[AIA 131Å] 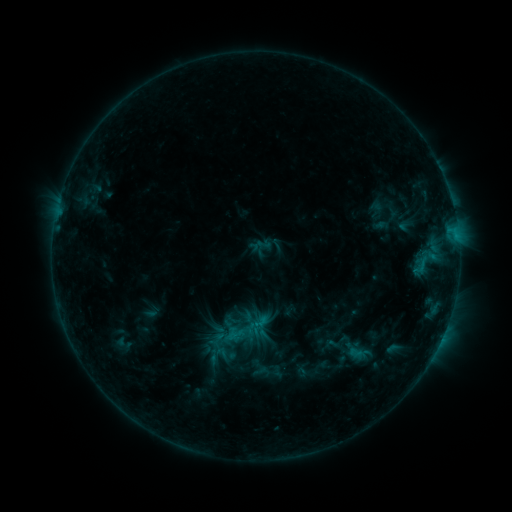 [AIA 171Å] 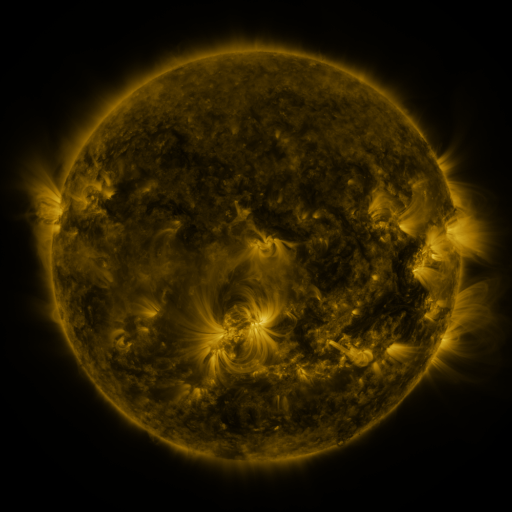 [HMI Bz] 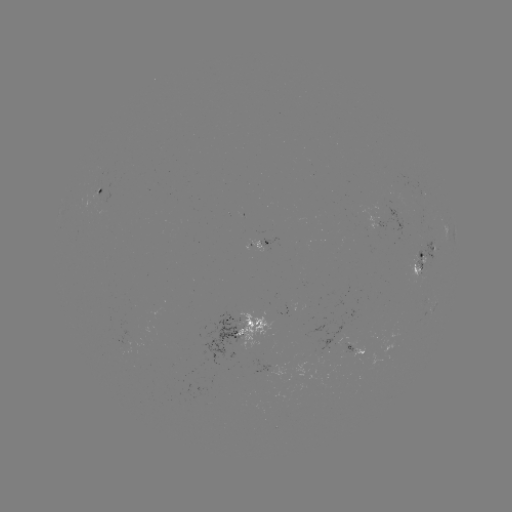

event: sigmoid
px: (236, 335)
